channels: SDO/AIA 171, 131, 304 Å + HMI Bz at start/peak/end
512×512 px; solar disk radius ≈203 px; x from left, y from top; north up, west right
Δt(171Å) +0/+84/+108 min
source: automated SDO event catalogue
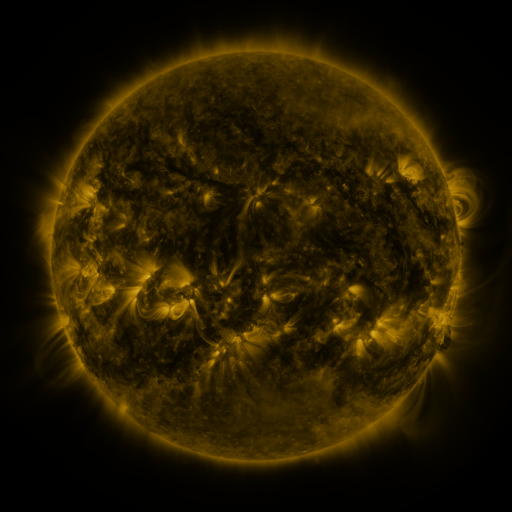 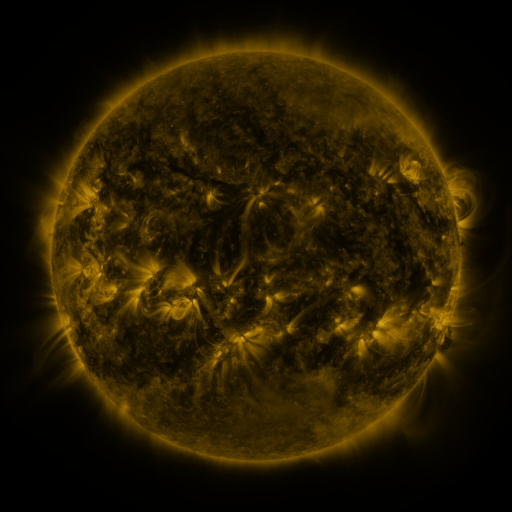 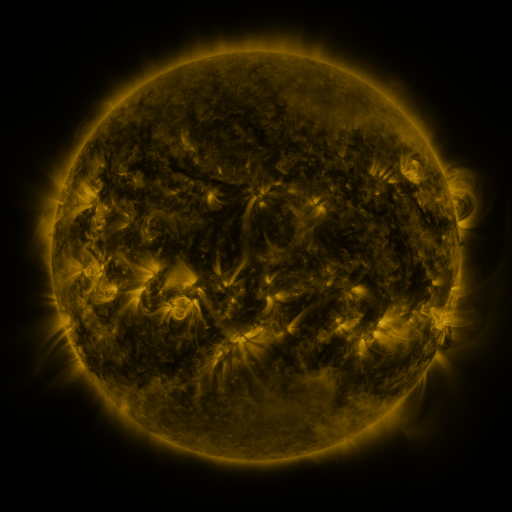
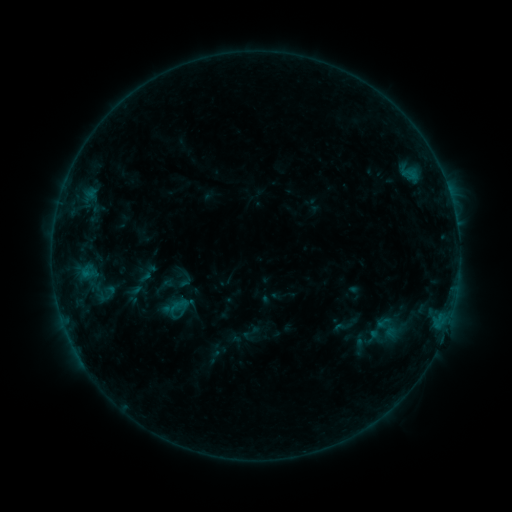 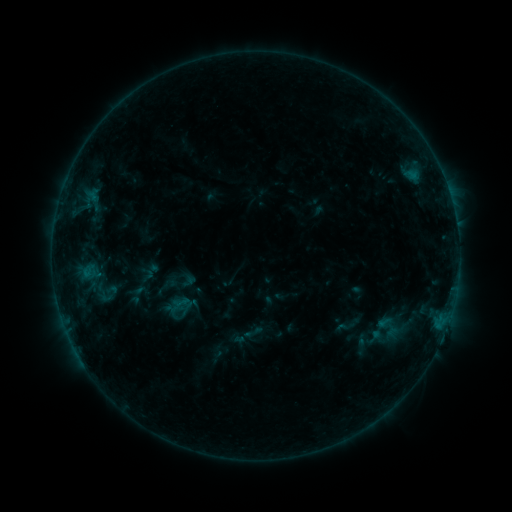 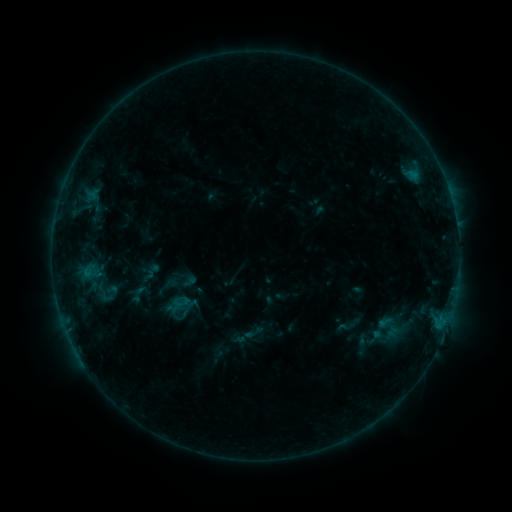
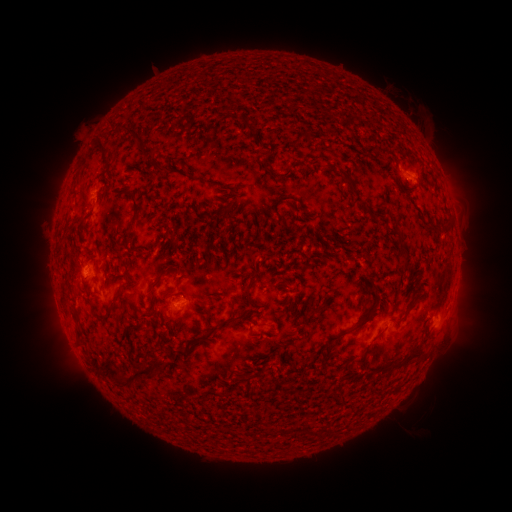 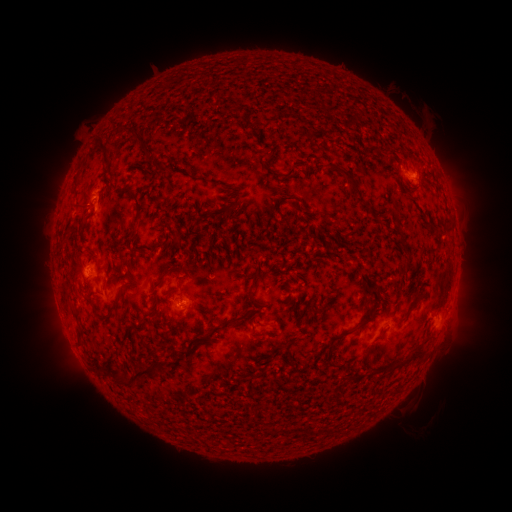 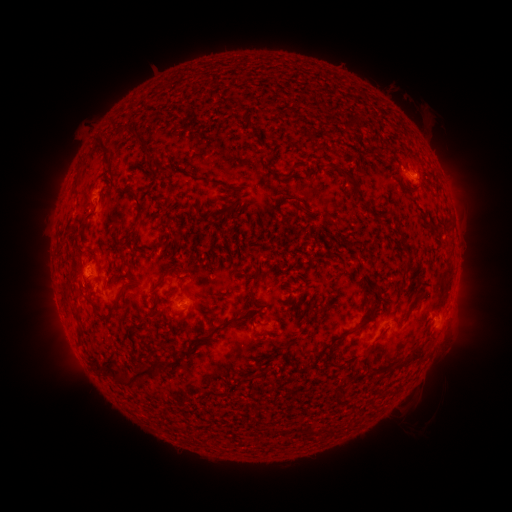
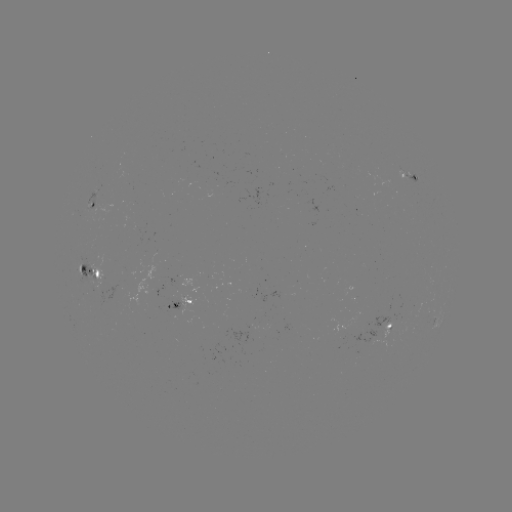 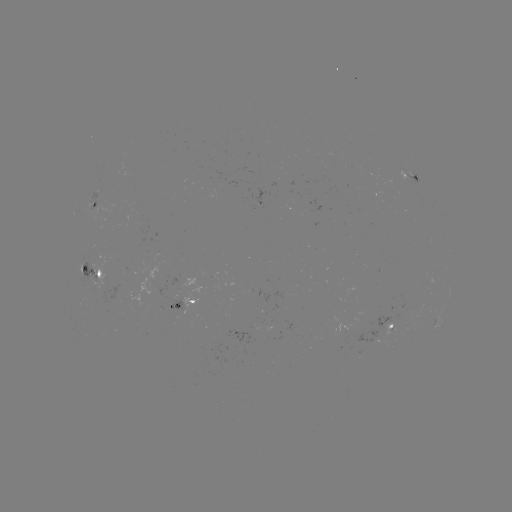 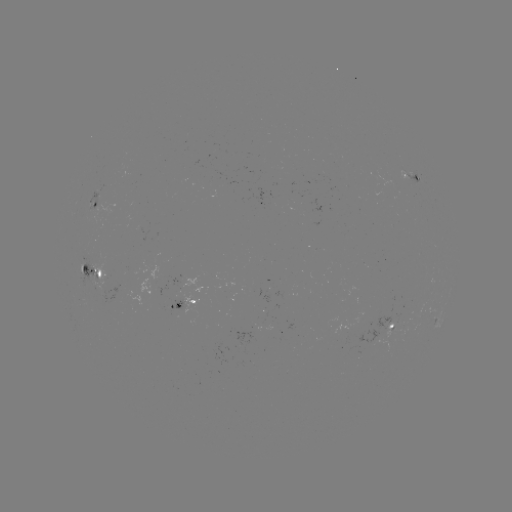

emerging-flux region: <bbox>166, 291, 184, 309</bbox>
